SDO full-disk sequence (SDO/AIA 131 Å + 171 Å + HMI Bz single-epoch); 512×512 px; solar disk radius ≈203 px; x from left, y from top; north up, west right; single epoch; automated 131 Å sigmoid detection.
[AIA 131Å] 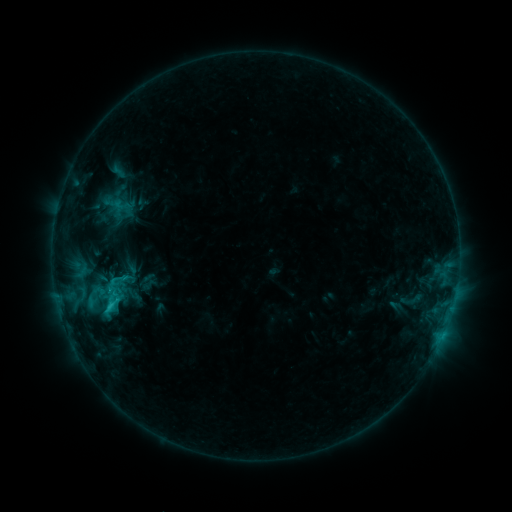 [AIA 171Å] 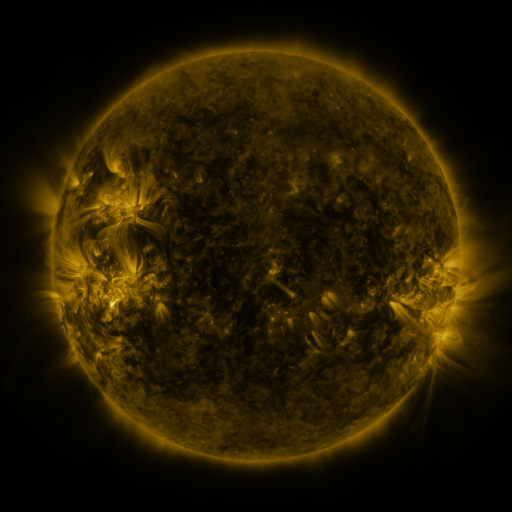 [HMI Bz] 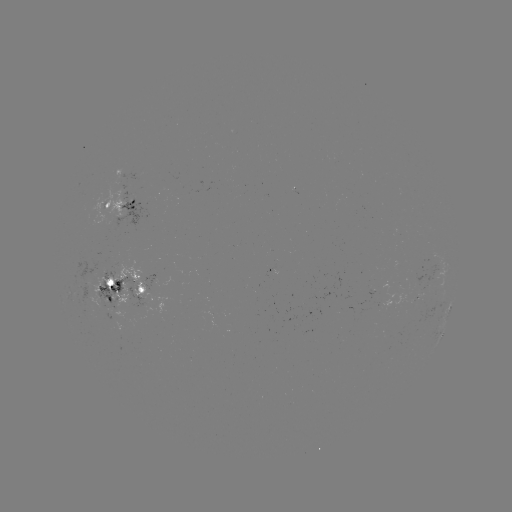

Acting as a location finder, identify sigmoid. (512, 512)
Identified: [117, 280].